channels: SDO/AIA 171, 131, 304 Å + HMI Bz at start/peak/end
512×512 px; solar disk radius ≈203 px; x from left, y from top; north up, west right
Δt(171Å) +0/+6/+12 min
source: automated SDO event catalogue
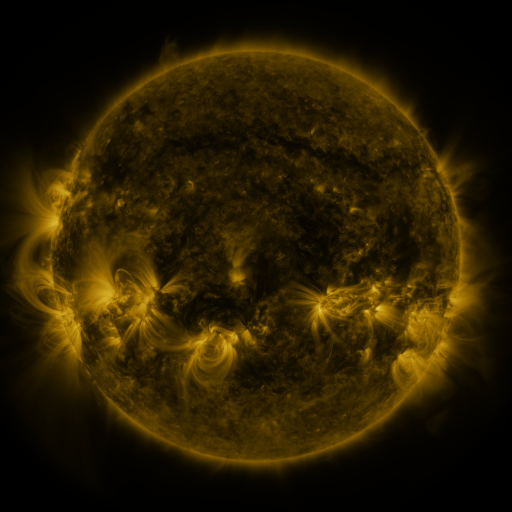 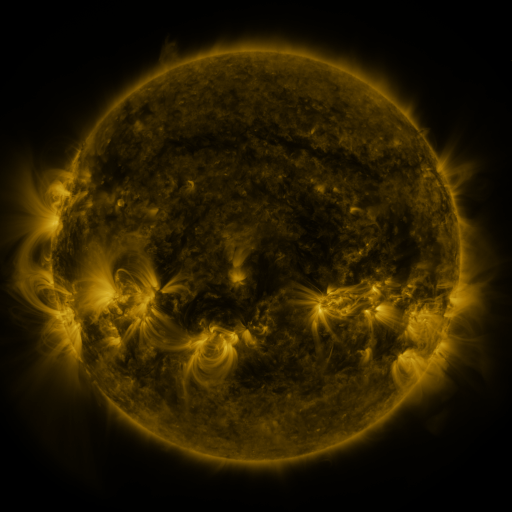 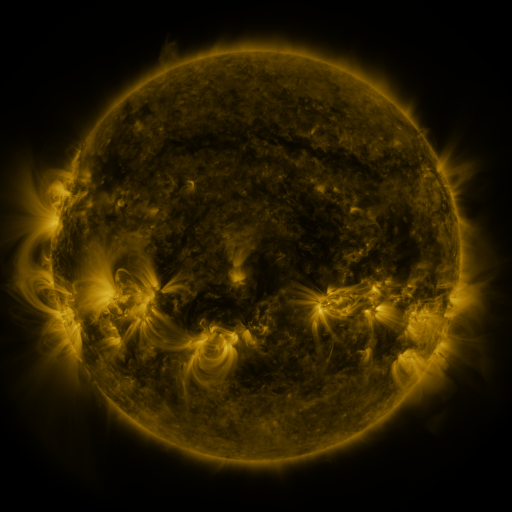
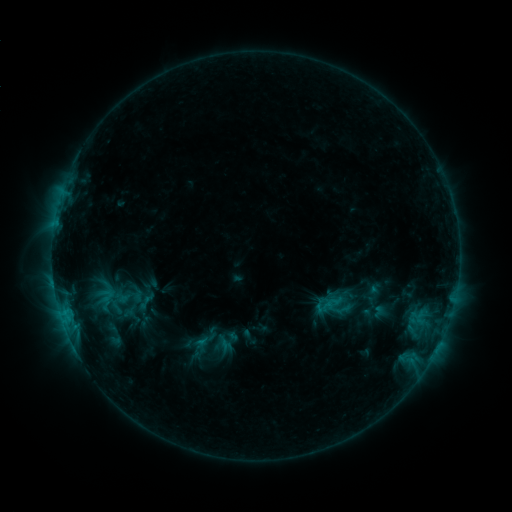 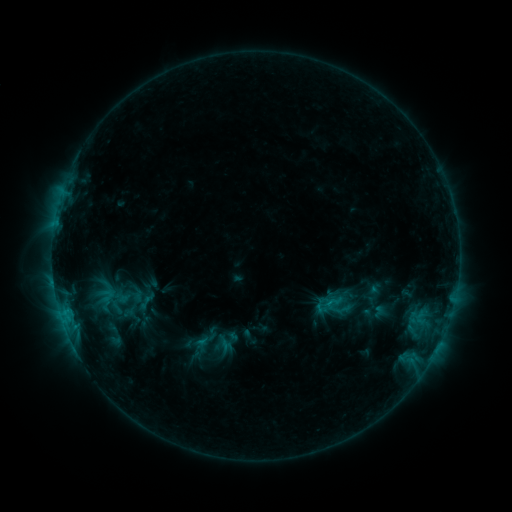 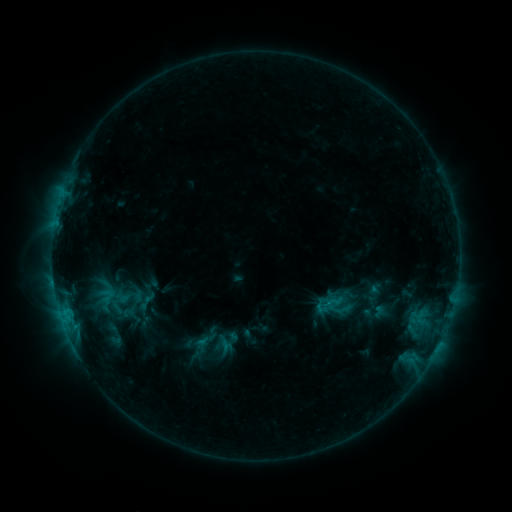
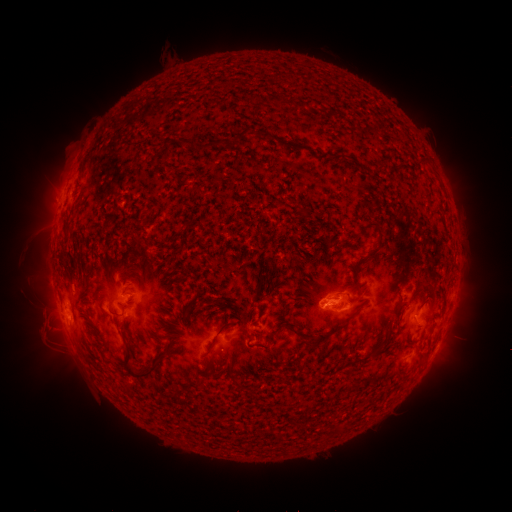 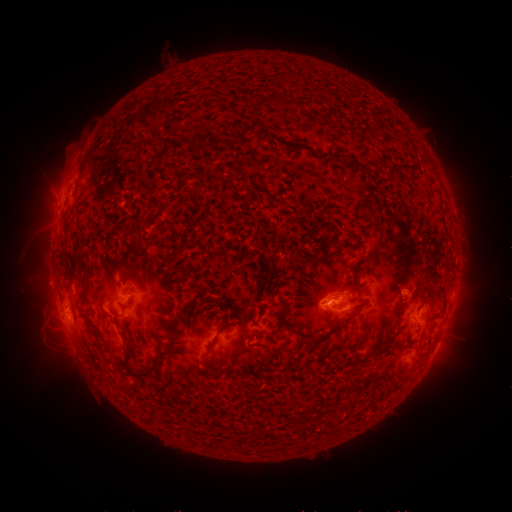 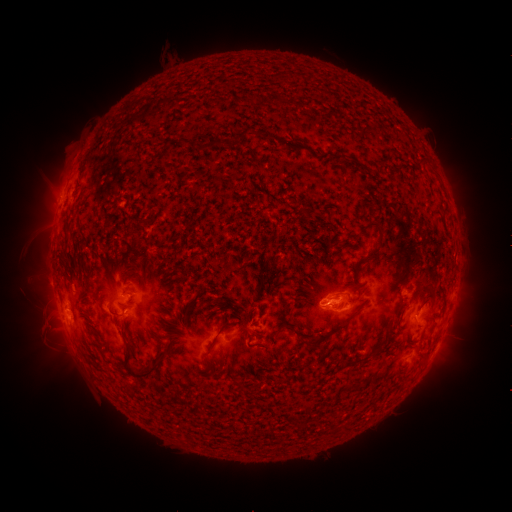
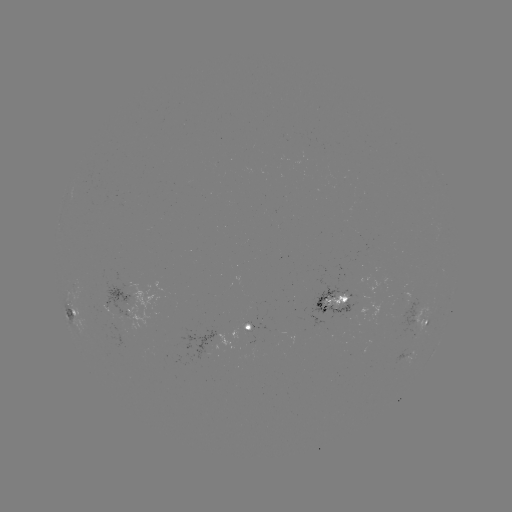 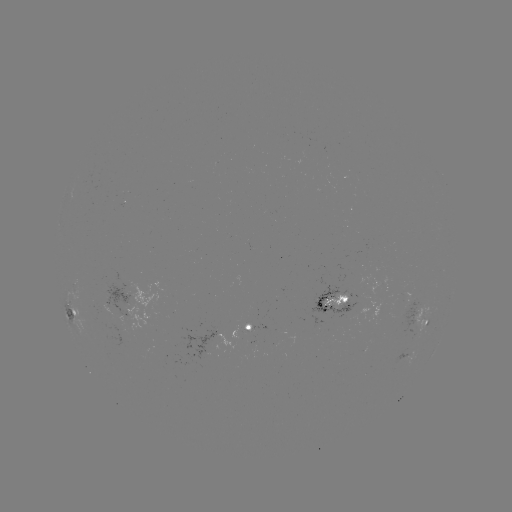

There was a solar eruption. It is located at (48, 196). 